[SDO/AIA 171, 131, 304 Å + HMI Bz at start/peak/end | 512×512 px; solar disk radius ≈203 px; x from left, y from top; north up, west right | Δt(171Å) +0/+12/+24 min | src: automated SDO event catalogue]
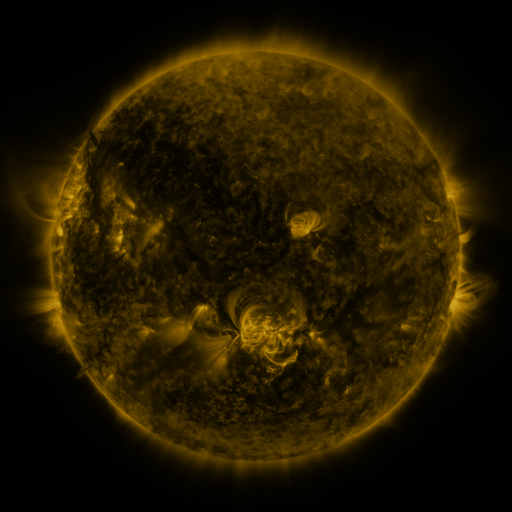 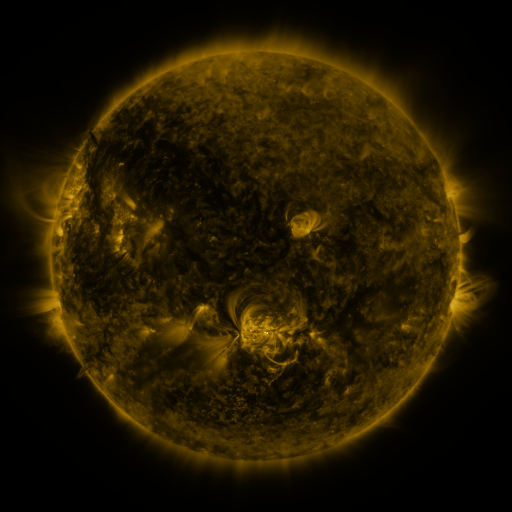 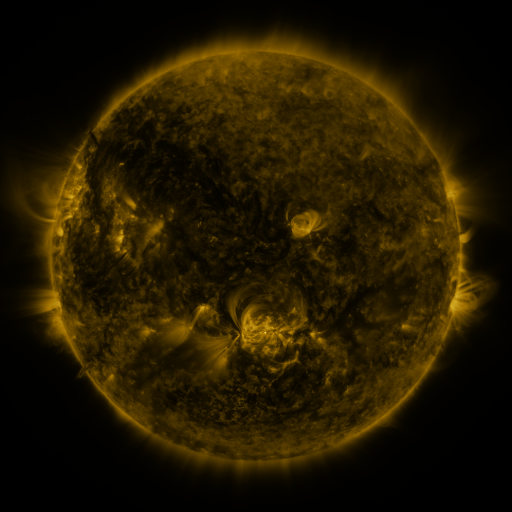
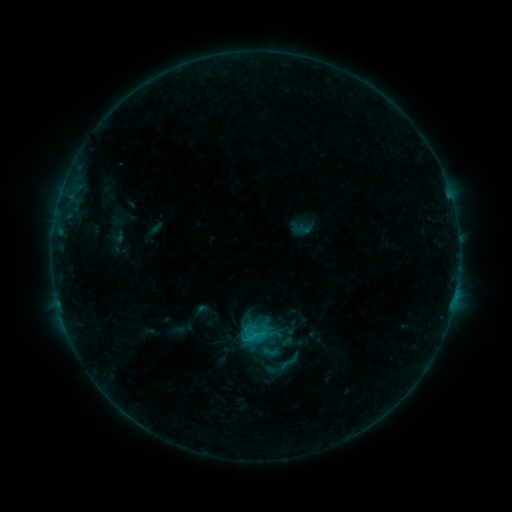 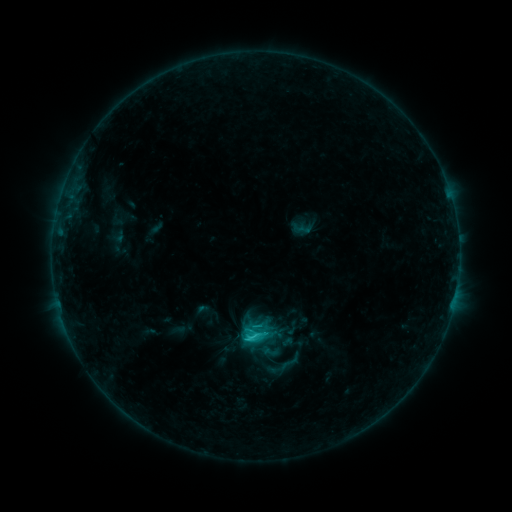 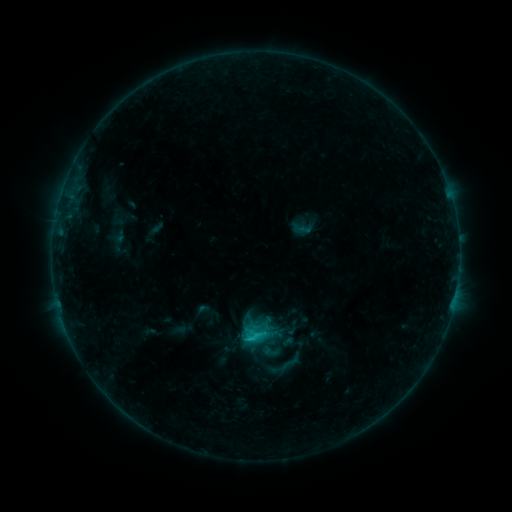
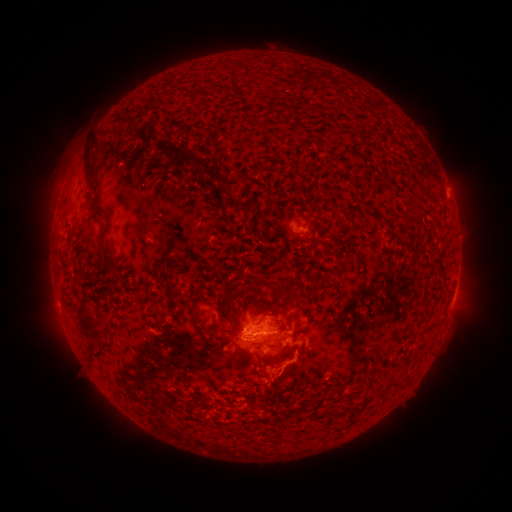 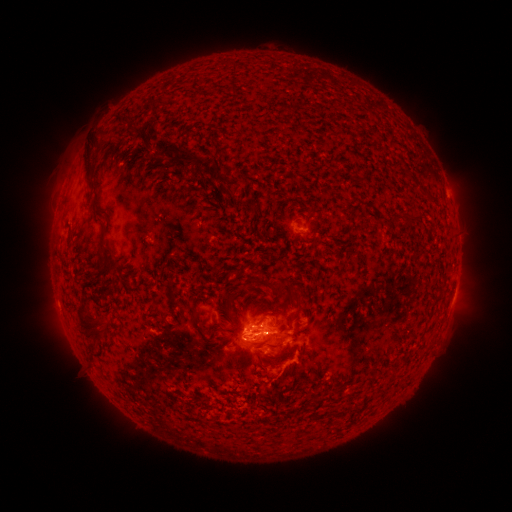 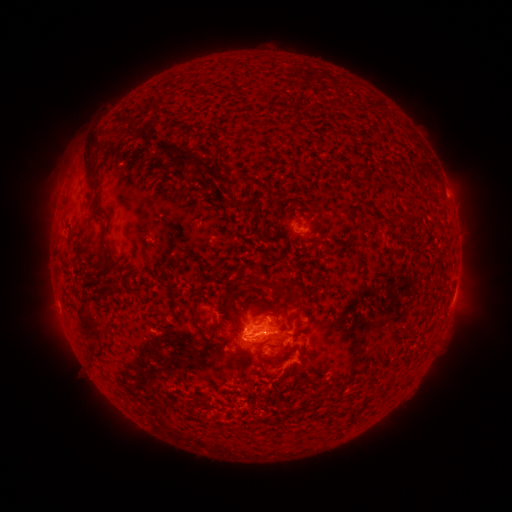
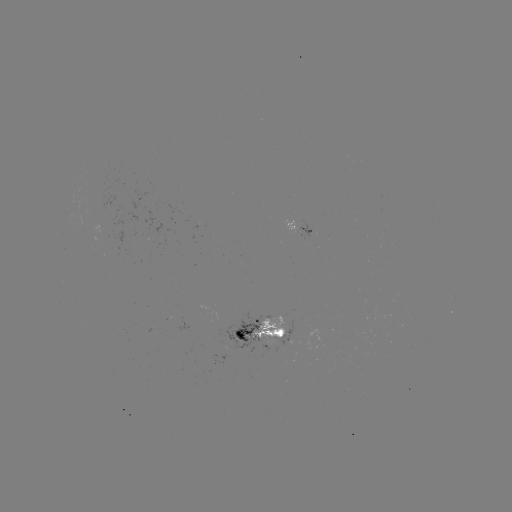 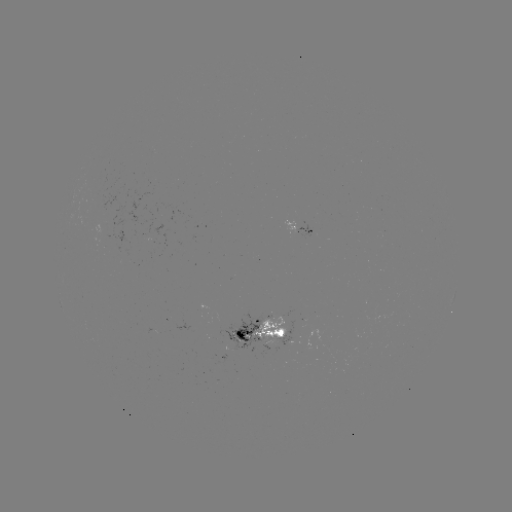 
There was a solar flare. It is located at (252, 335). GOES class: C2.2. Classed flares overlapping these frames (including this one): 1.